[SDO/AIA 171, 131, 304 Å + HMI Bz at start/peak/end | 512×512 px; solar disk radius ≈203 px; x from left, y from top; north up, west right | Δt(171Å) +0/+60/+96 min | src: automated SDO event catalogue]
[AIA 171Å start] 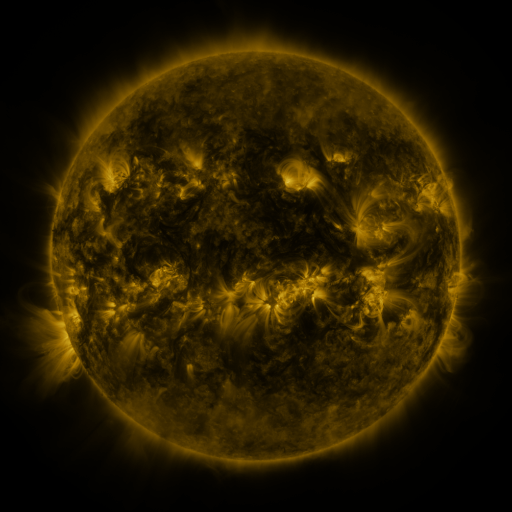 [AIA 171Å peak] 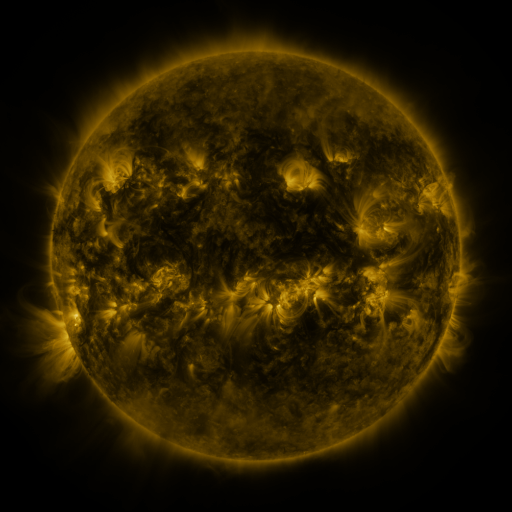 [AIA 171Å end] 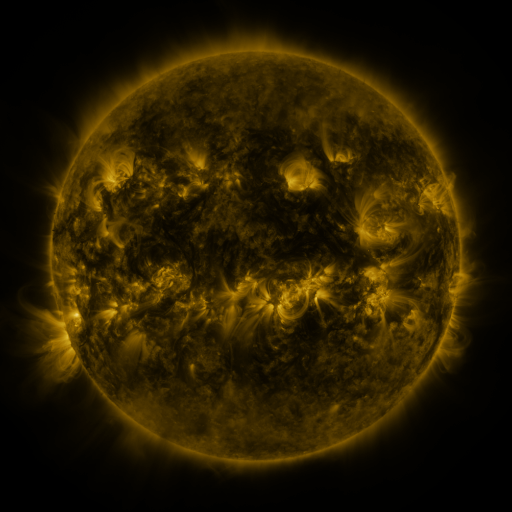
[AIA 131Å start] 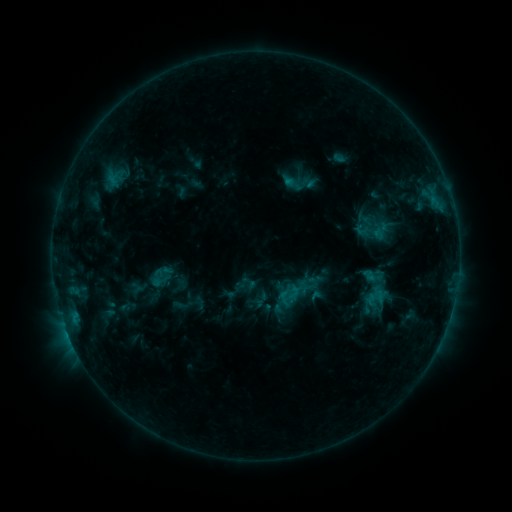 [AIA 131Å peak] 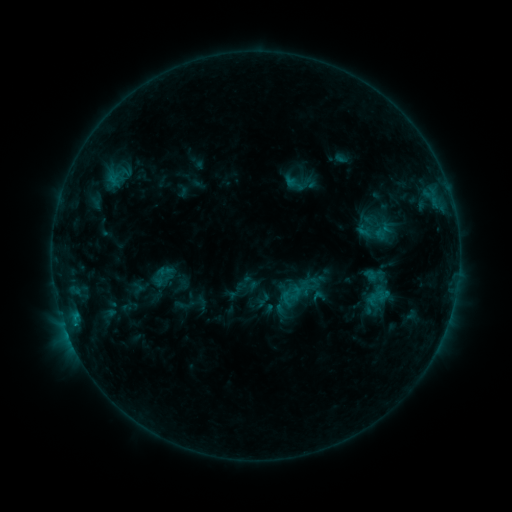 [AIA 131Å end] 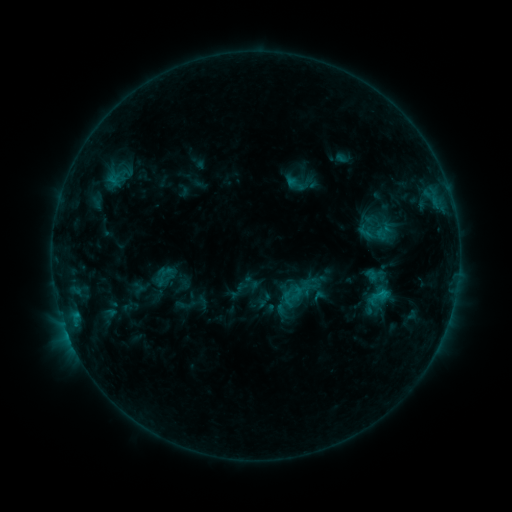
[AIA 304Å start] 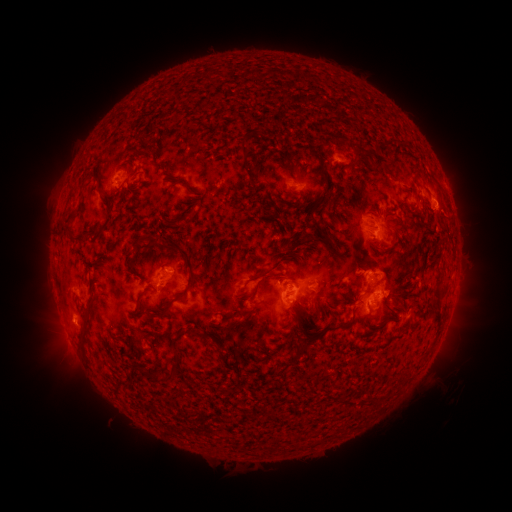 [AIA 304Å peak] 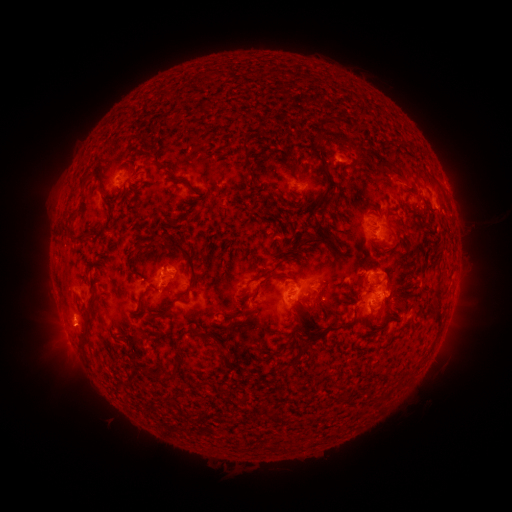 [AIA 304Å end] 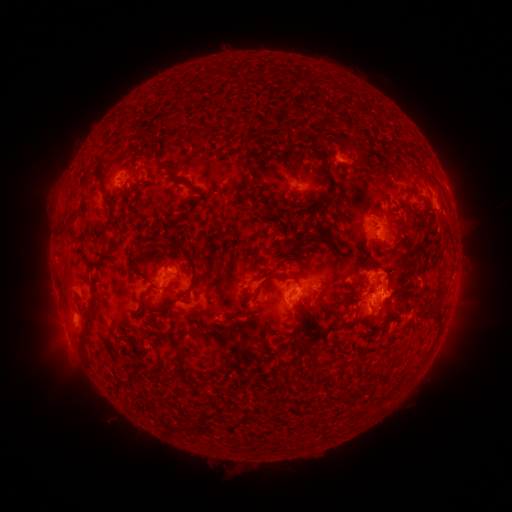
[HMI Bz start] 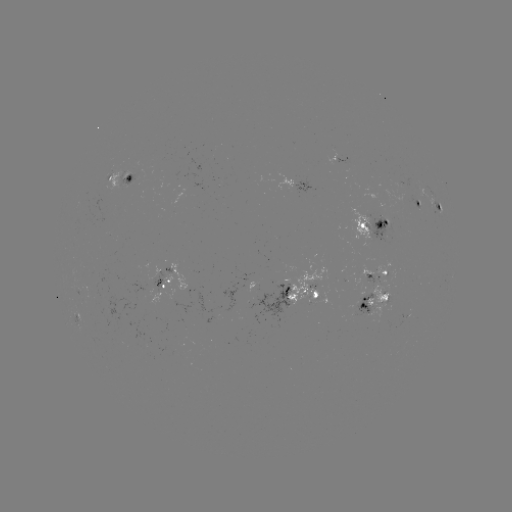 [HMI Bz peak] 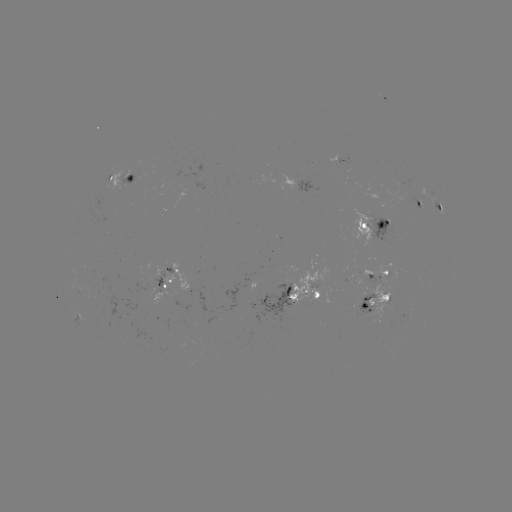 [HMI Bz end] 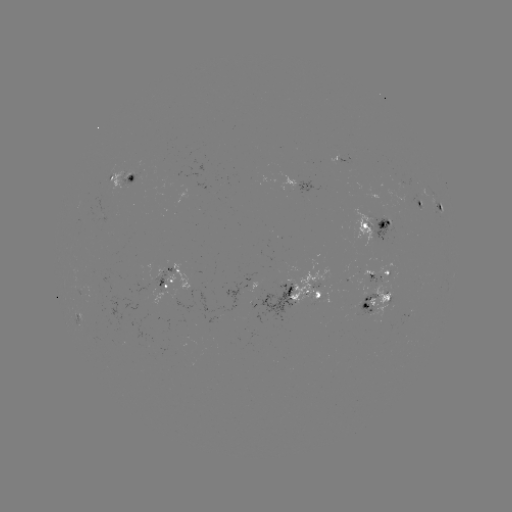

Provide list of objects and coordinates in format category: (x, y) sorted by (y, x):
emerging-flux region: (97, 284)
